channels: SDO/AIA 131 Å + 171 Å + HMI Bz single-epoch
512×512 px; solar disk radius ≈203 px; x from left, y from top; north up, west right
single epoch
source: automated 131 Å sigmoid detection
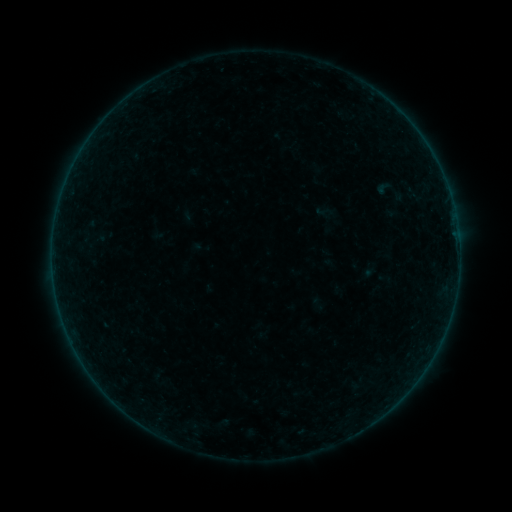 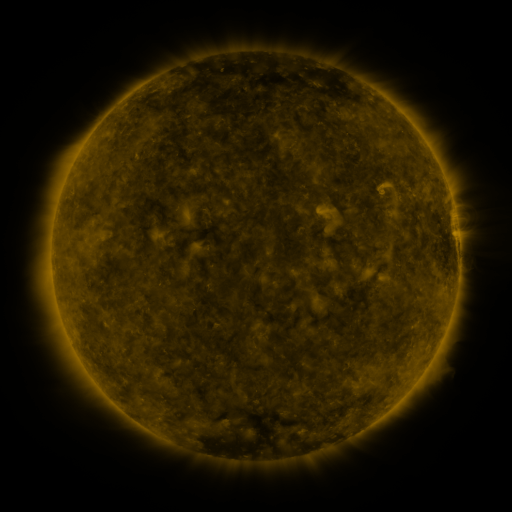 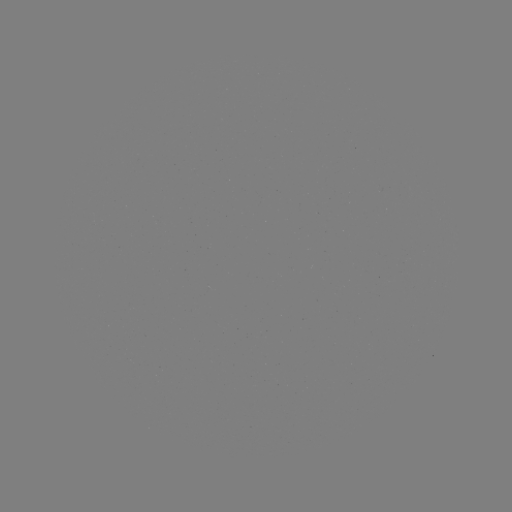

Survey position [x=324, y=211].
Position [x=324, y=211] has sigmoid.